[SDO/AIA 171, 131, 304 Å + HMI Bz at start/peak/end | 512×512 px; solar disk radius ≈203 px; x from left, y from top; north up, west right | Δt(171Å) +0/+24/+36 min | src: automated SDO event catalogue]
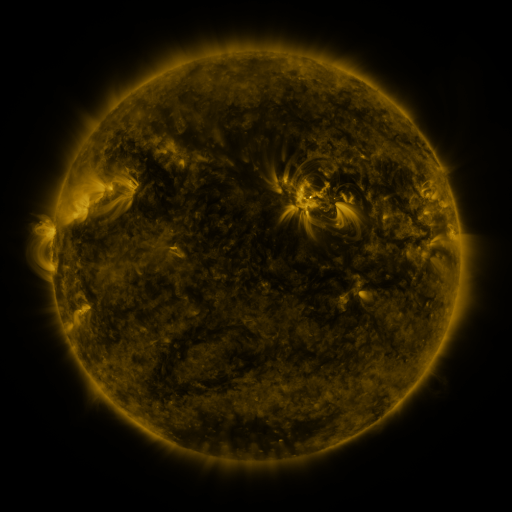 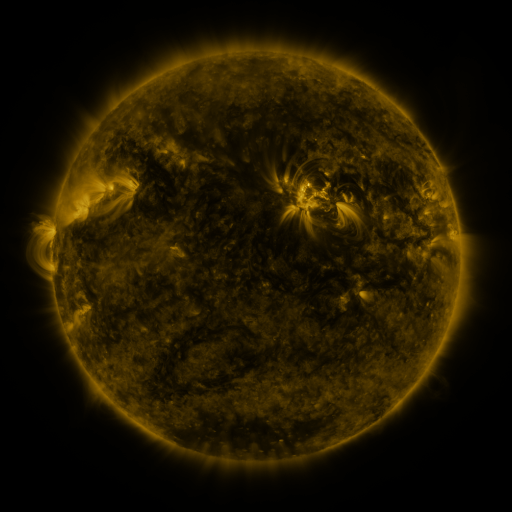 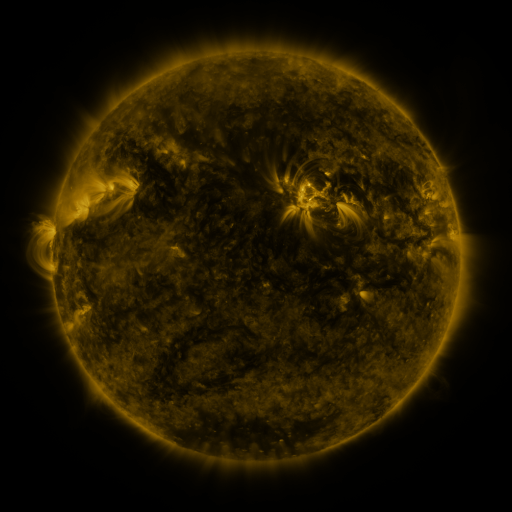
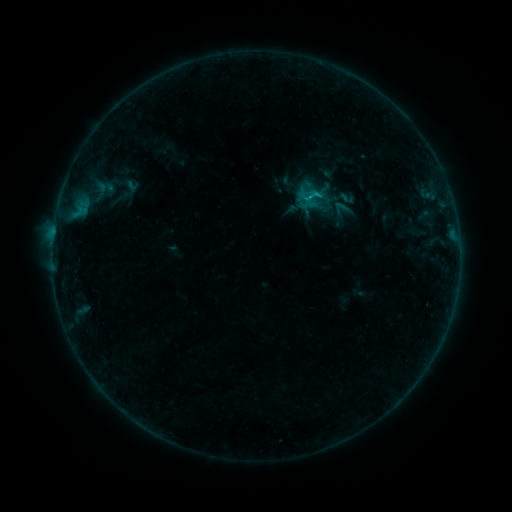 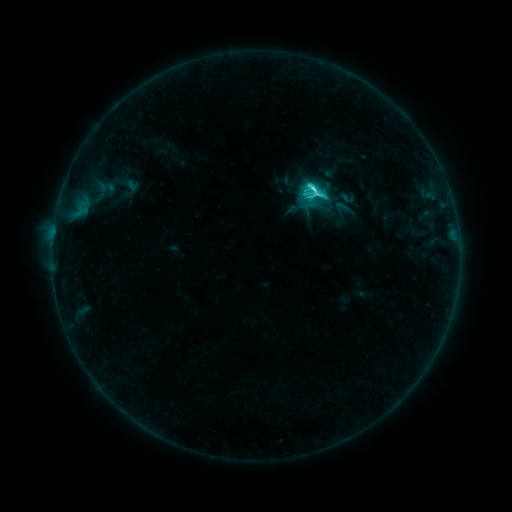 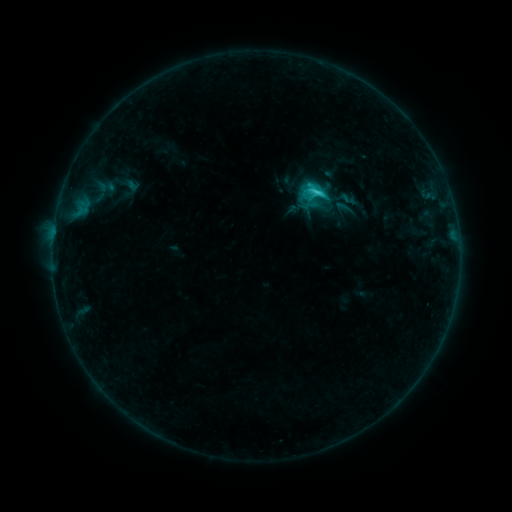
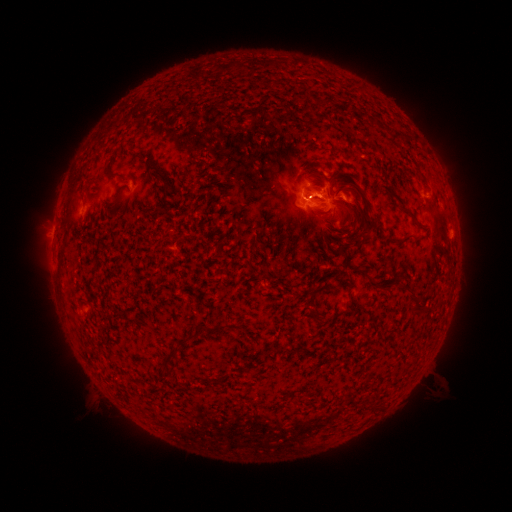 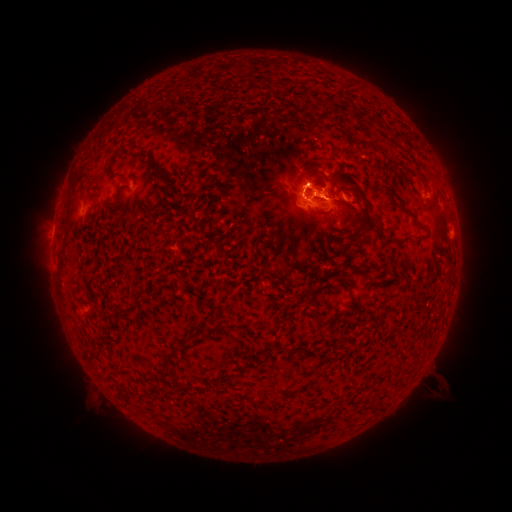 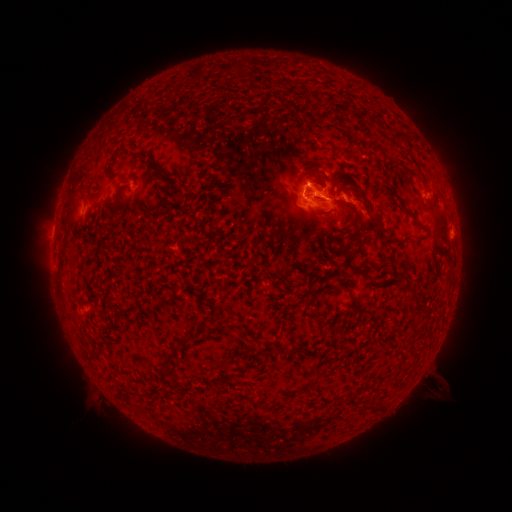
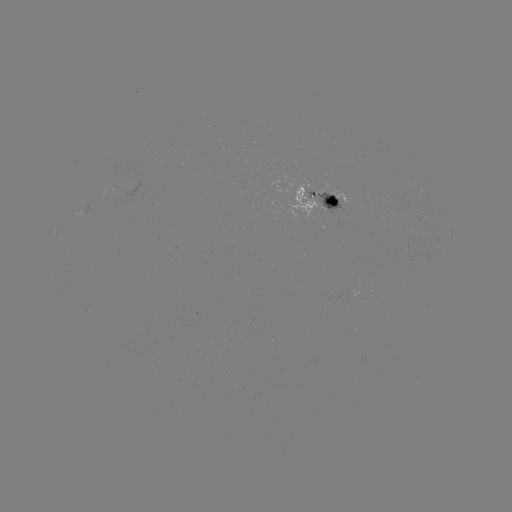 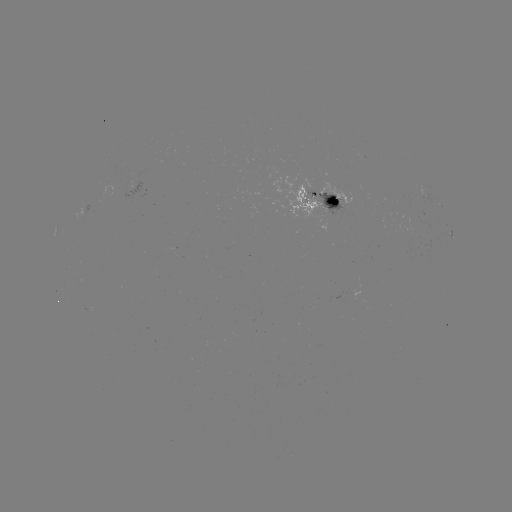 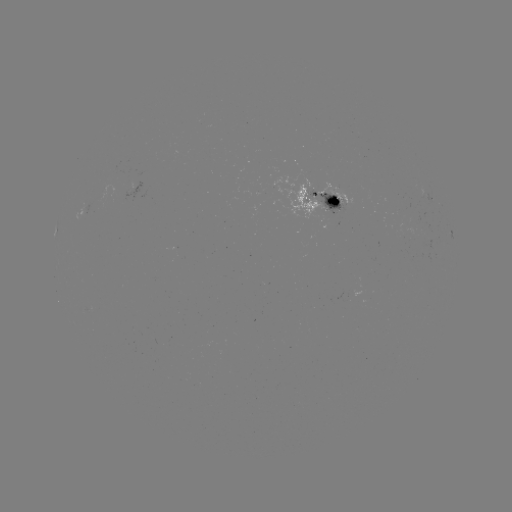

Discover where C4.1 flare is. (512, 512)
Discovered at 314,191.